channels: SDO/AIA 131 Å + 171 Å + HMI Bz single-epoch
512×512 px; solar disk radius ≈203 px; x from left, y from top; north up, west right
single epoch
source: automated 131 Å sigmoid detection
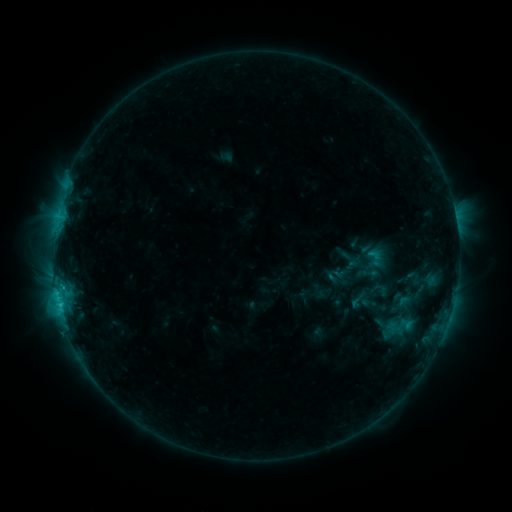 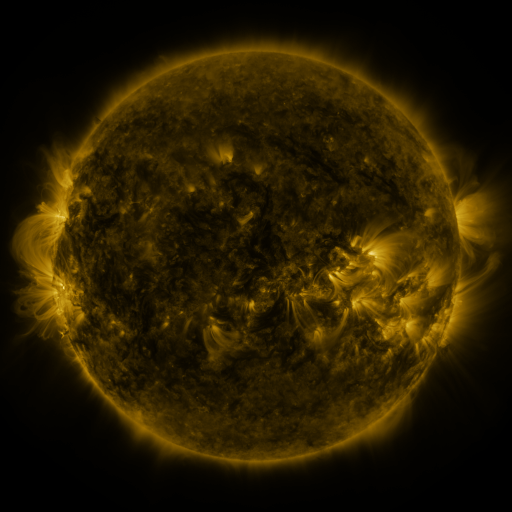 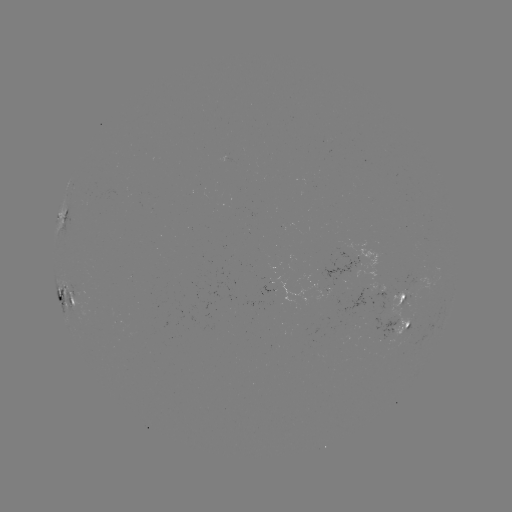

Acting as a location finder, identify sigmoid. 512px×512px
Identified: [375, 257].